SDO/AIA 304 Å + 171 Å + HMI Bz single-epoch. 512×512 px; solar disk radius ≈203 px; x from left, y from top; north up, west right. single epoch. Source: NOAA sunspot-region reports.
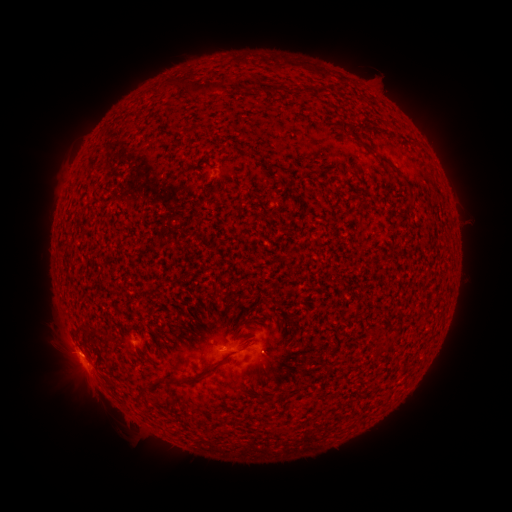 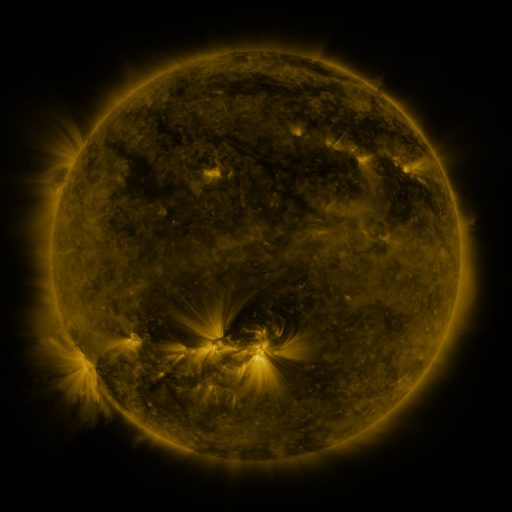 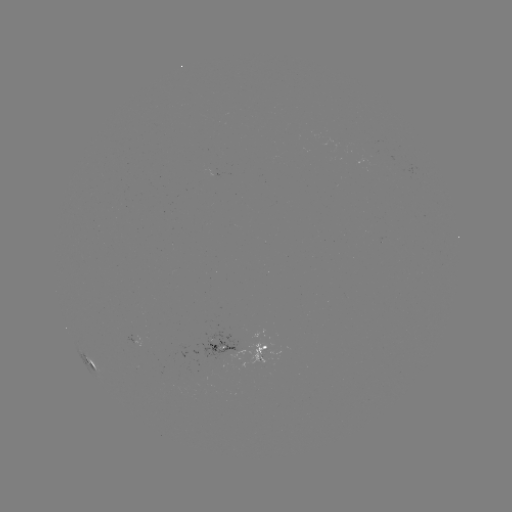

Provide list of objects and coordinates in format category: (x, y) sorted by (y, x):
spotted active region: (239, 349)
spotted active region: (88, 358)
